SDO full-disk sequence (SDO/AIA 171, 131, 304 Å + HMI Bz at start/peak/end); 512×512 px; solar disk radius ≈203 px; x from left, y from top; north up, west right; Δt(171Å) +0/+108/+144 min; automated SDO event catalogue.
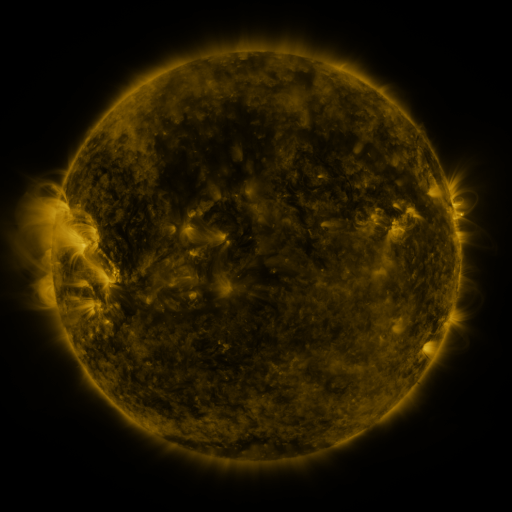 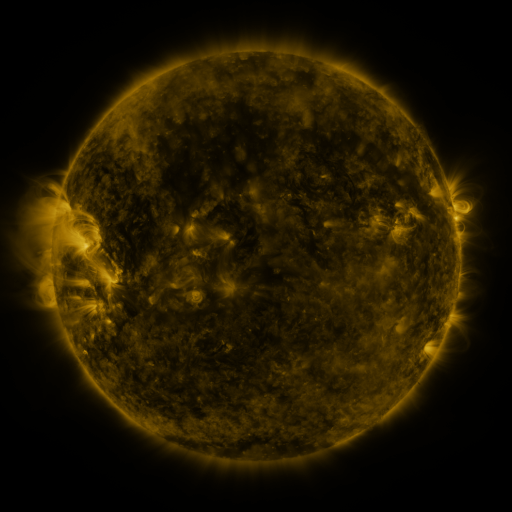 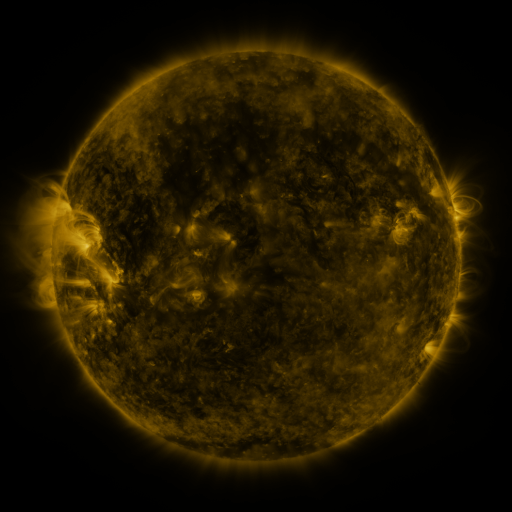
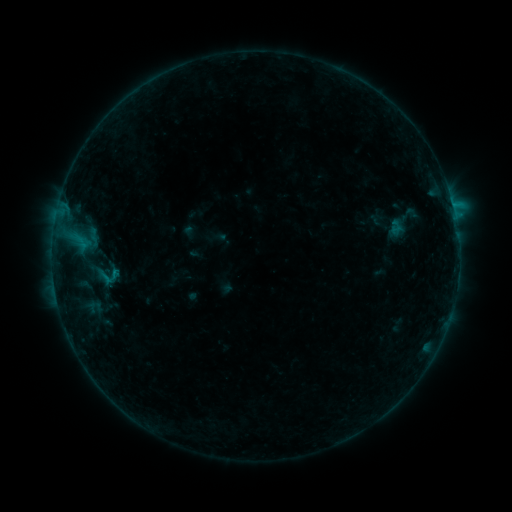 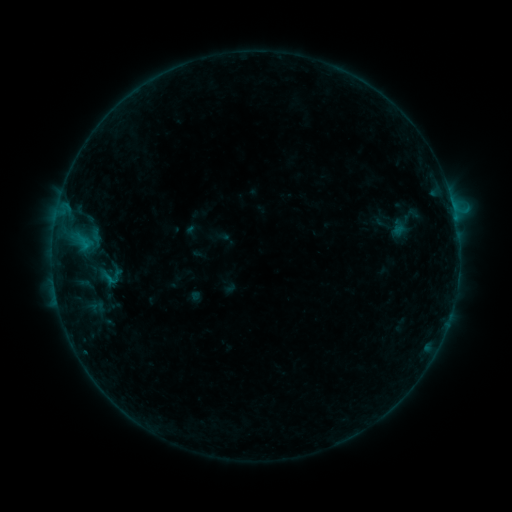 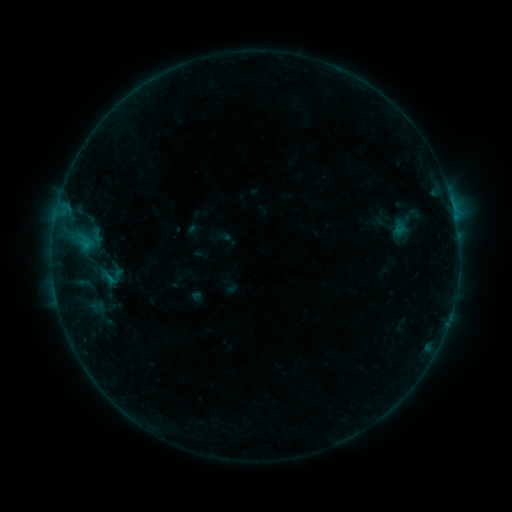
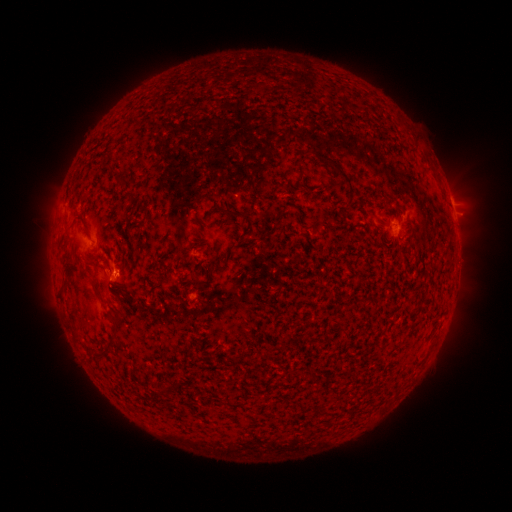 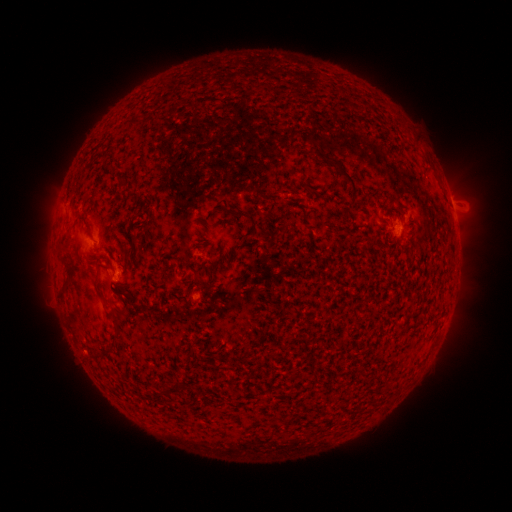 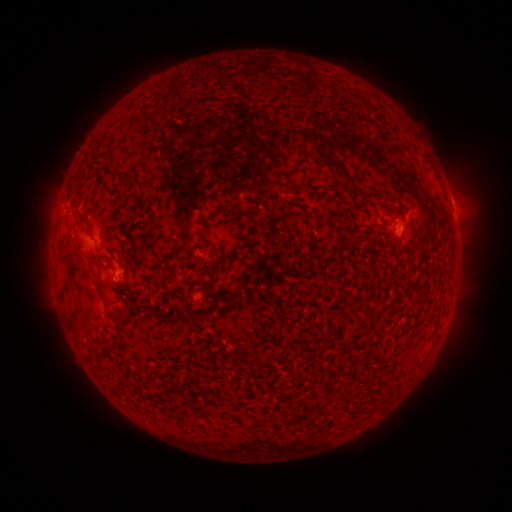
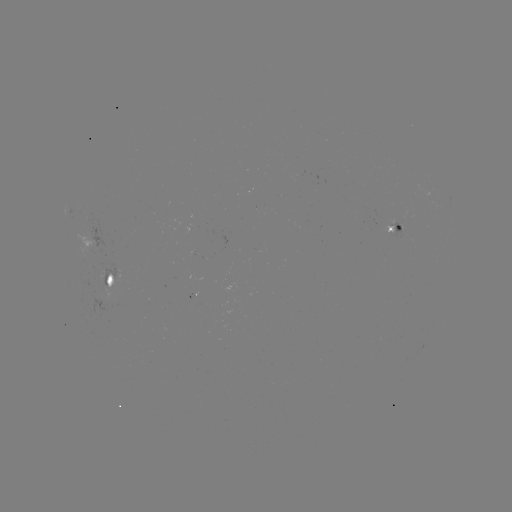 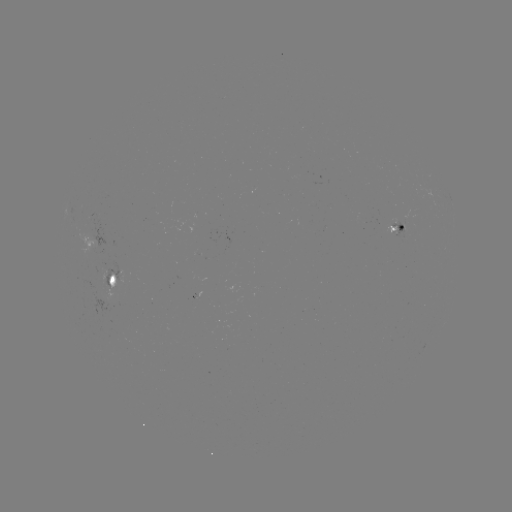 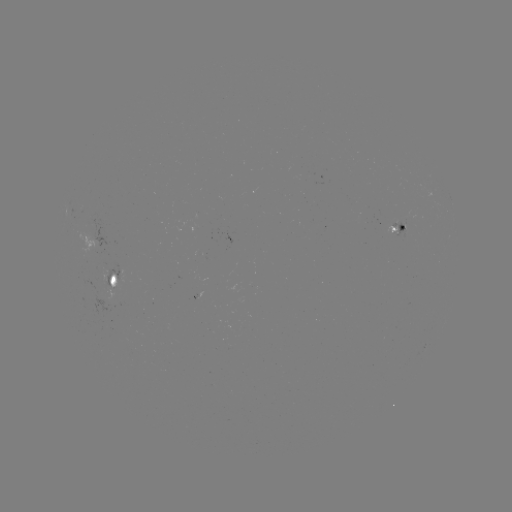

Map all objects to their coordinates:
emerging-flux region: (113, 267)
